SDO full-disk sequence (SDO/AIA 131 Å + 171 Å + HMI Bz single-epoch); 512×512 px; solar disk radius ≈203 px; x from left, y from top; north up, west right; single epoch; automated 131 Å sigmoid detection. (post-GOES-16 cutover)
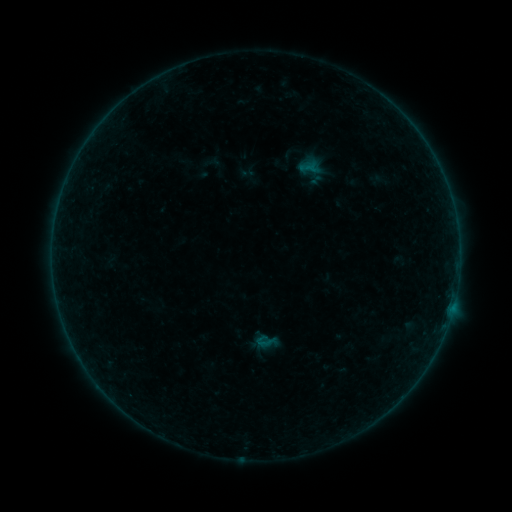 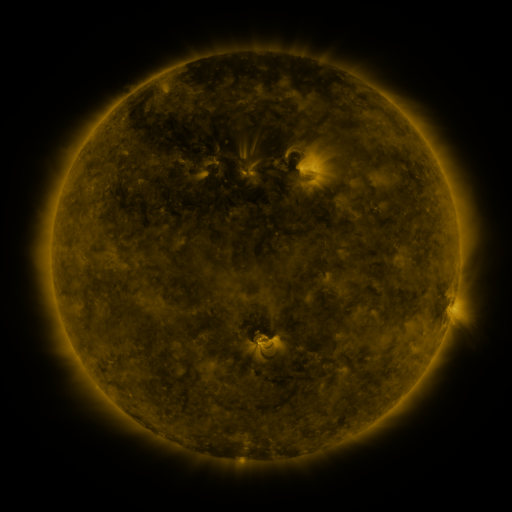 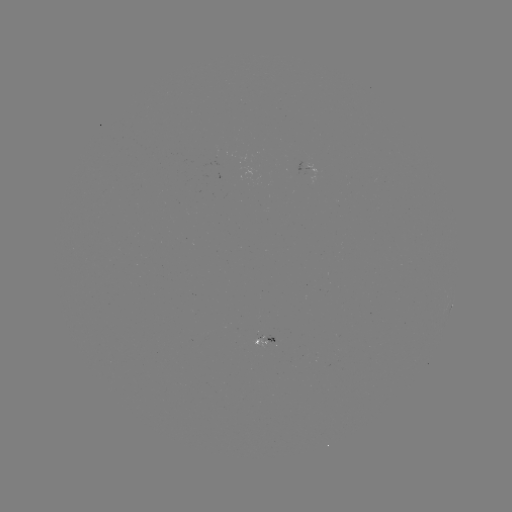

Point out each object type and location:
sigmoid: <bbox>238, 165, 255, 181</bbox>
sigmoid: <bbox>254, 330, 277, 353</bbox>
